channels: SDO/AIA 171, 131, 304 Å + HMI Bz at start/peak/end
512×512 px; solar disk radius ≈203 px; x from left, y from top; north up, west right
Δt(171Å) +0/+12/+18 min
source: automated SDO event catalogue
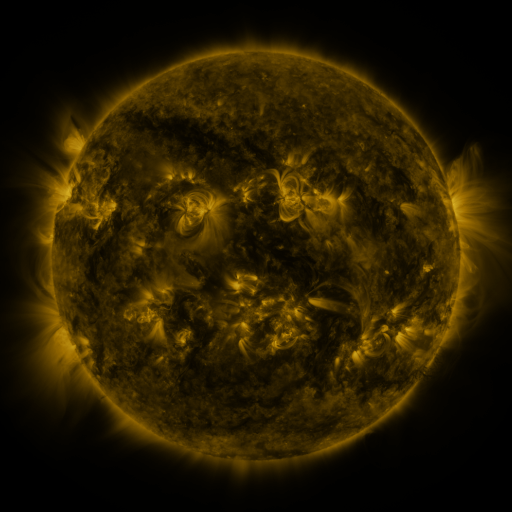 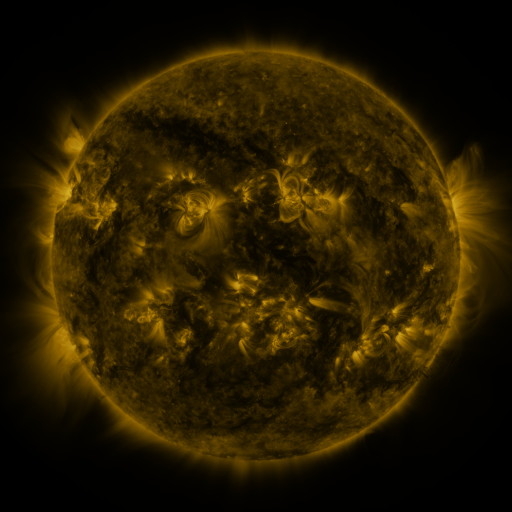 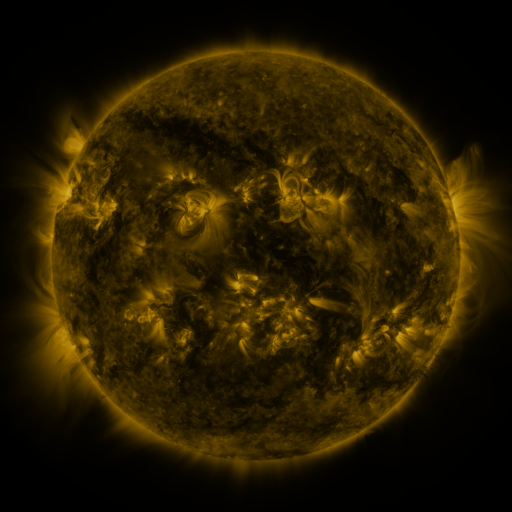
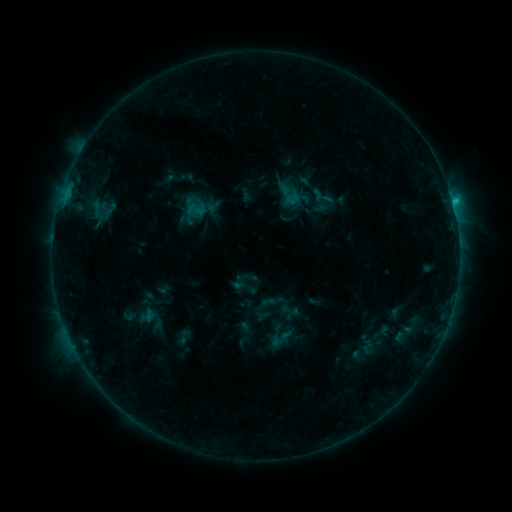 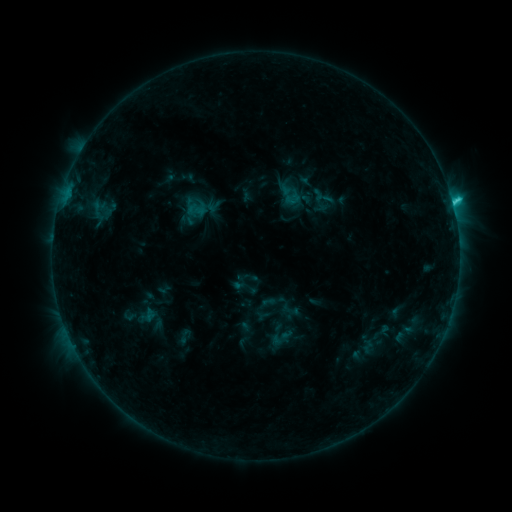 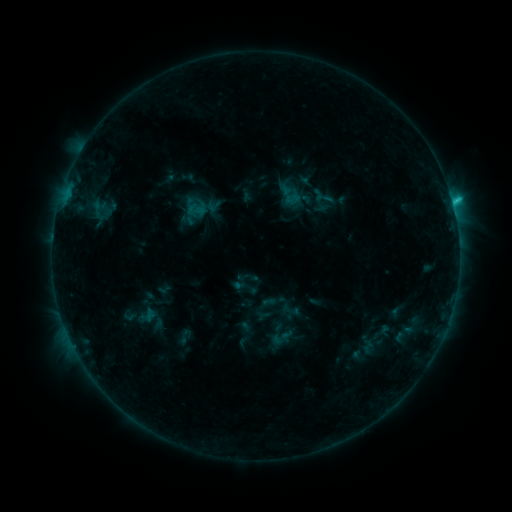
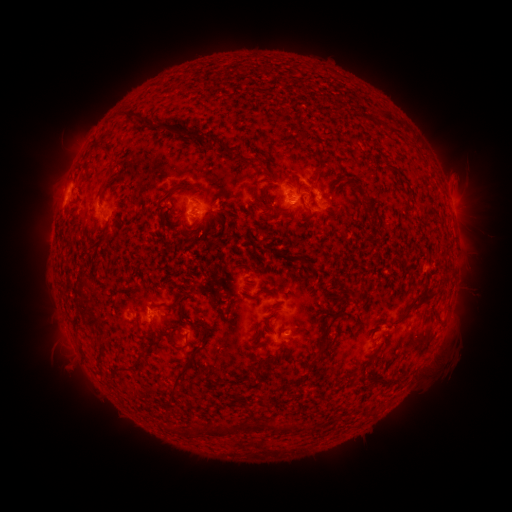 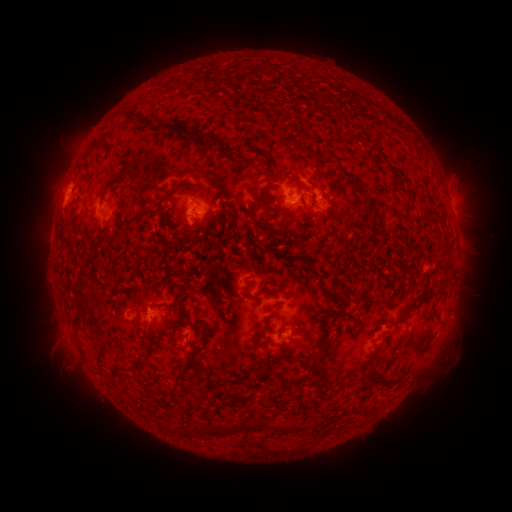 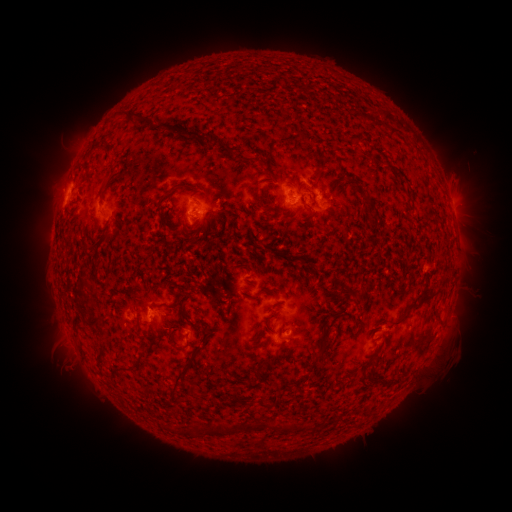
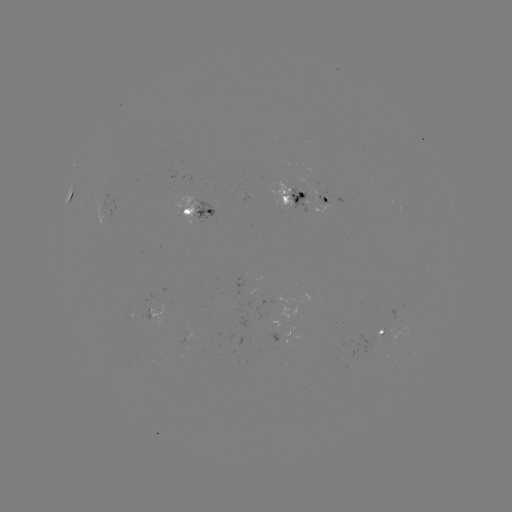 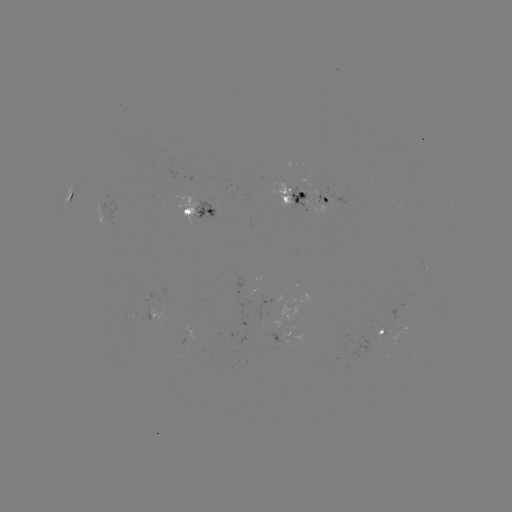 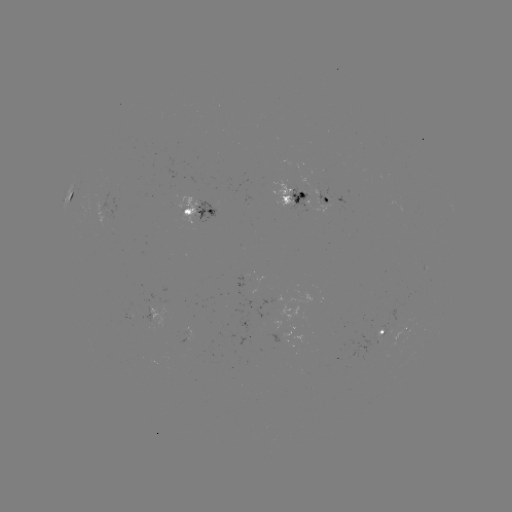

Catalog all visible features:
C2.1 flare: (452, 203)
